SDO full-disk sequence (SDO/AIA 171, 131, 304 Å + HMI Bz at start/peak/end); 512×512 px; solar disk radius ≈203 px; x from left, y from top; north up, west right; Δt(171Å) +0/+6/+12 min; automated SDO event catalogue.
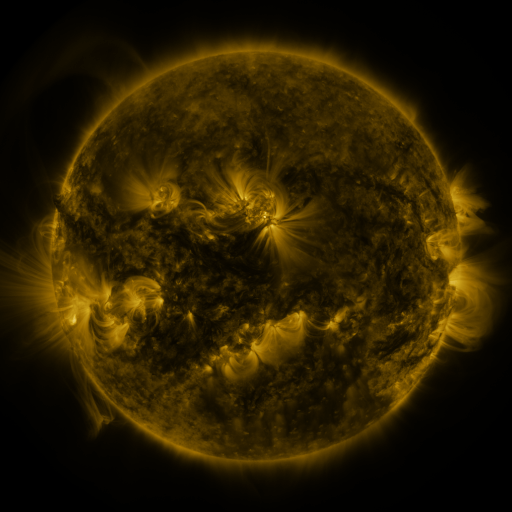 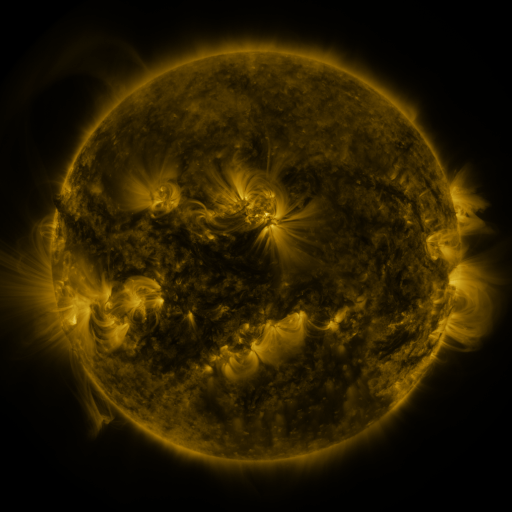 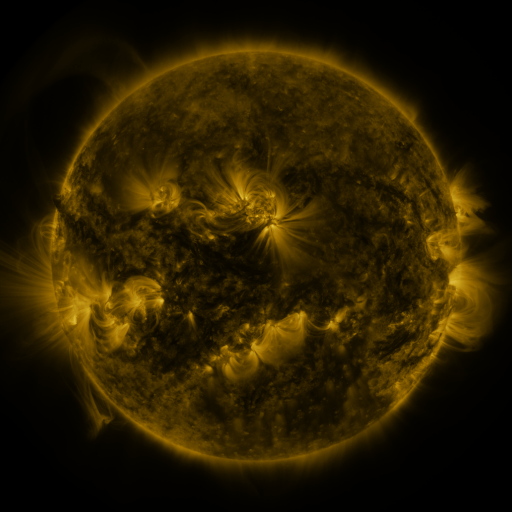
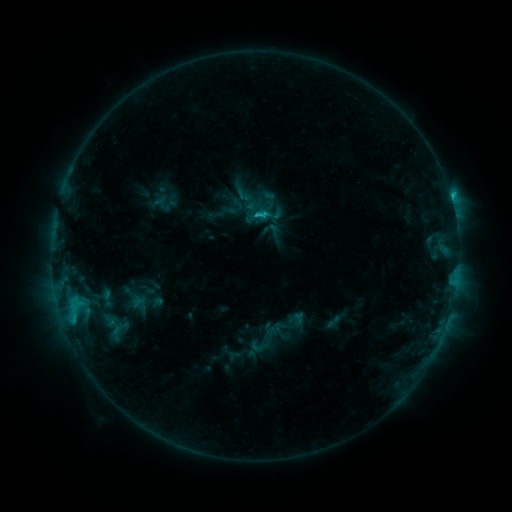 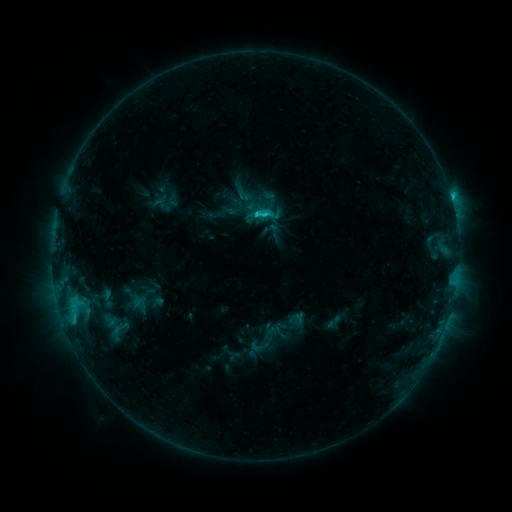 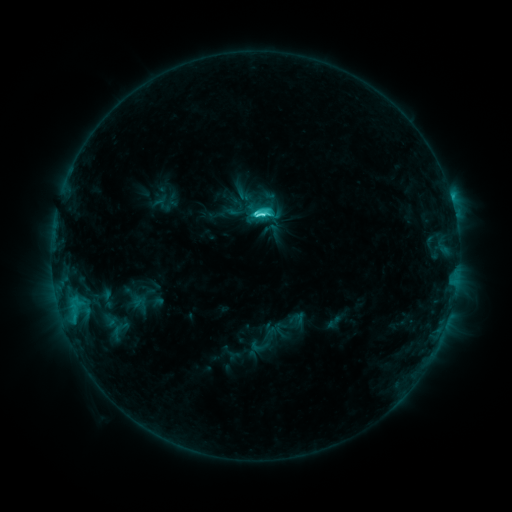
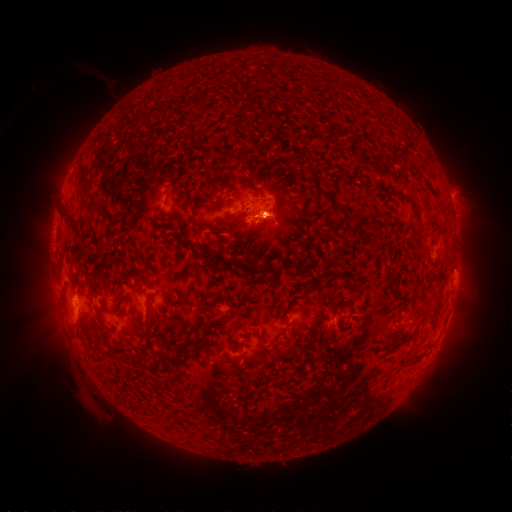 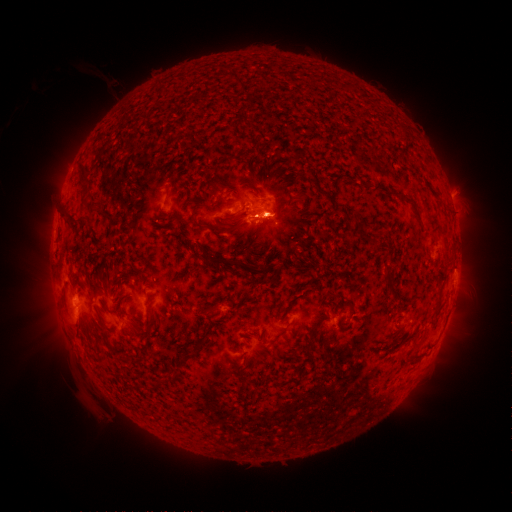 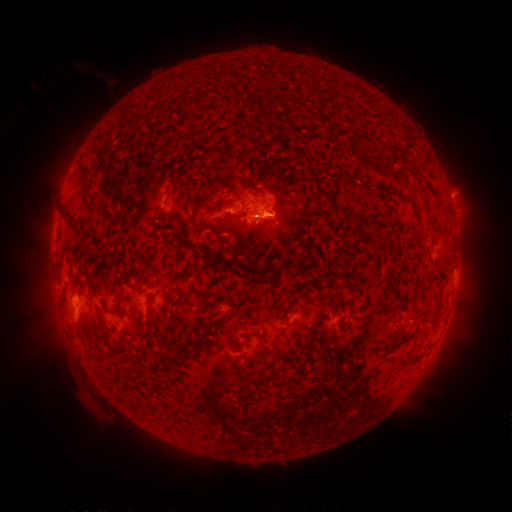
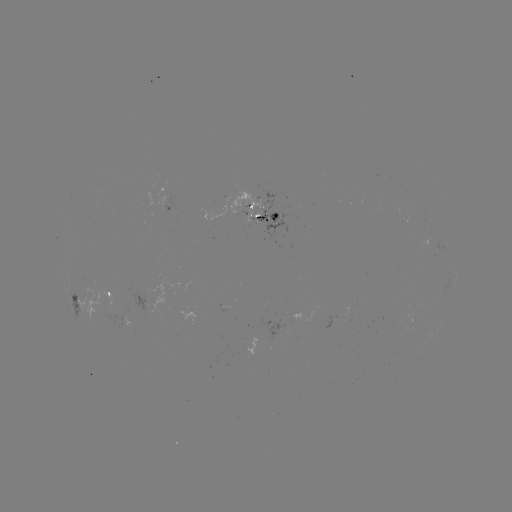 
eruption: [262, 198, 295, 234]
